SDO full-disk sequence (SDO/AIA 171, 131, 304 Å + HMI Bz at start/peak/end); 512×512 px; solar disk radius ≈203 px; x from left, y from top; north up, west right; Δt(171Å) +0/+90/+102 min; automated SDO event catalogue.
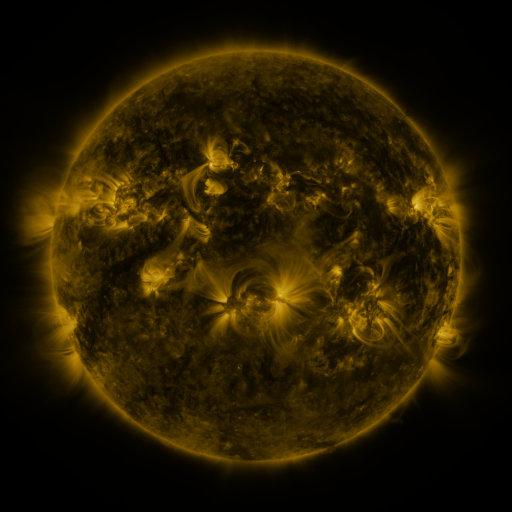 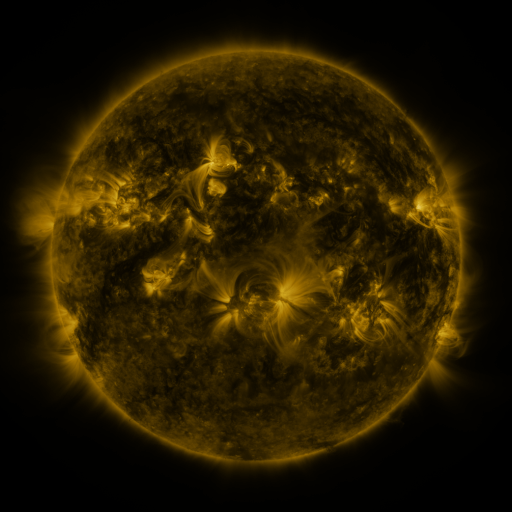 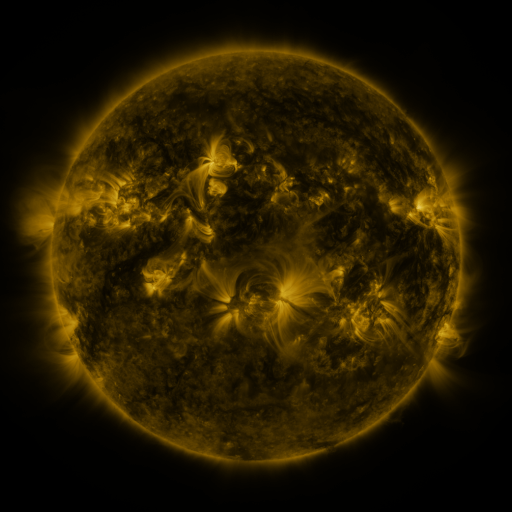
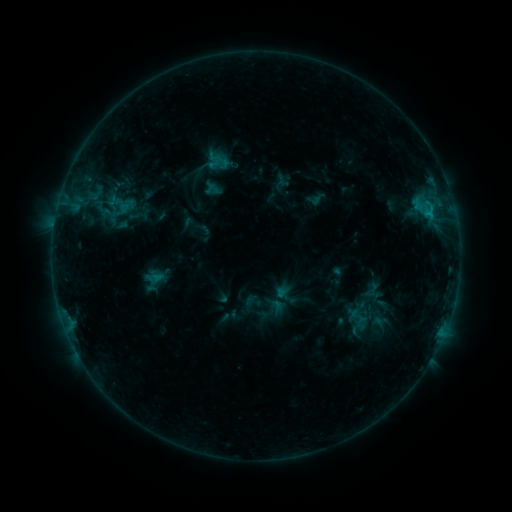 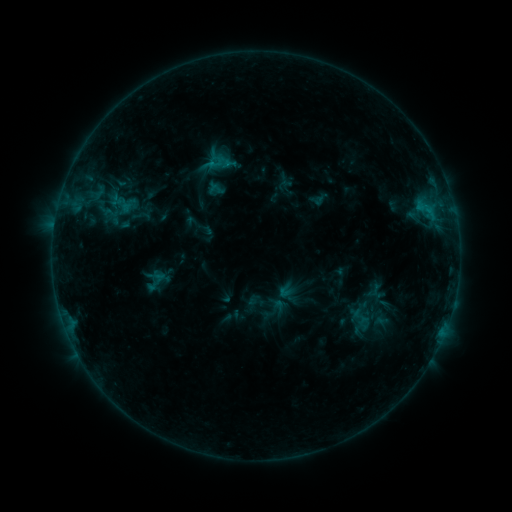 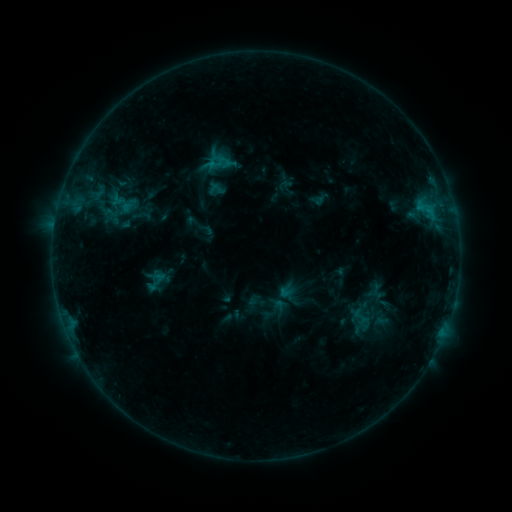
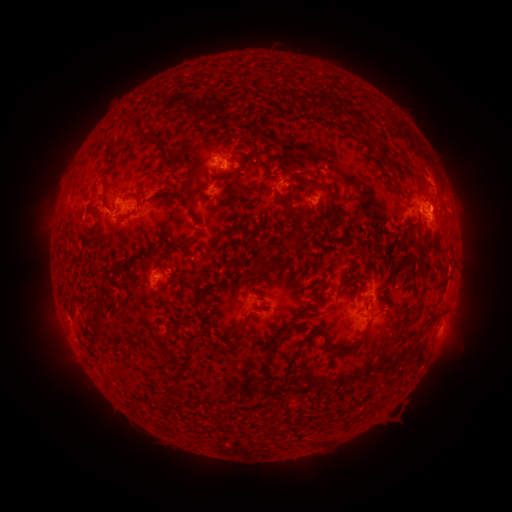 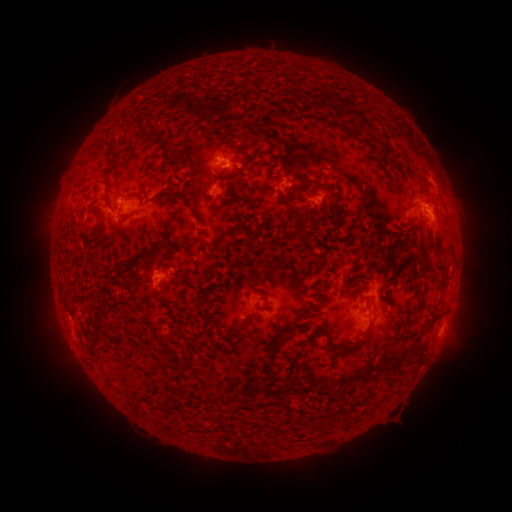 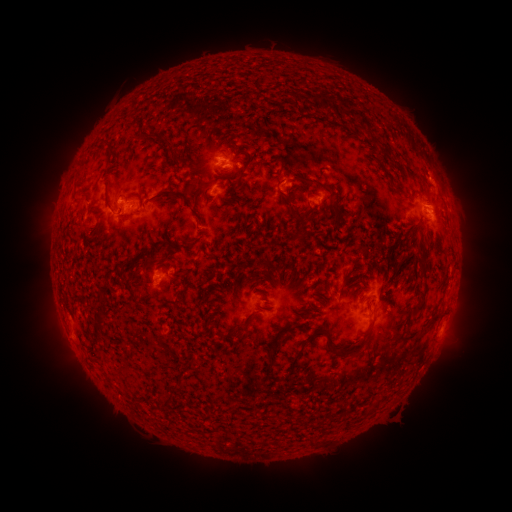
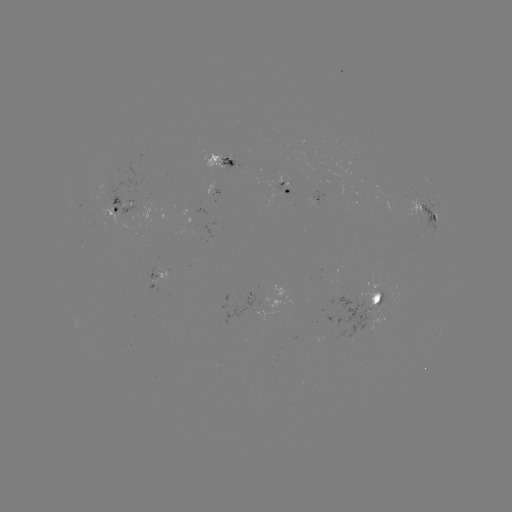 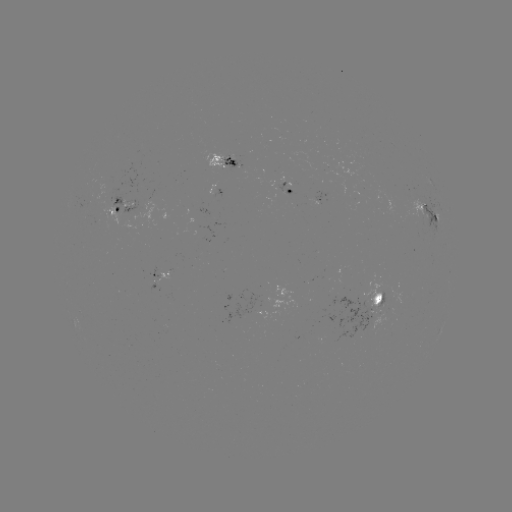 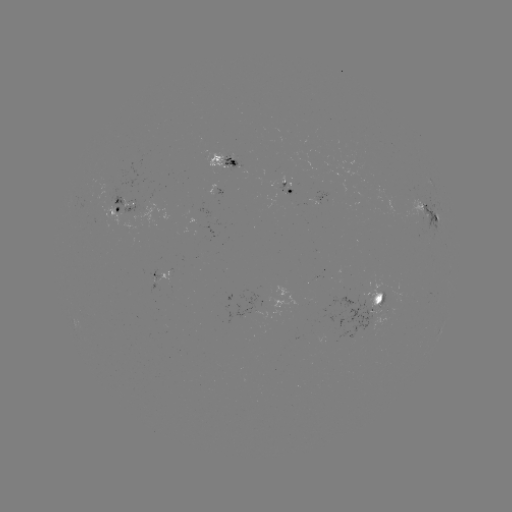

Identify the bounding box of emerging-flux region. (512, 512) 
[205, 154, 228, 168].